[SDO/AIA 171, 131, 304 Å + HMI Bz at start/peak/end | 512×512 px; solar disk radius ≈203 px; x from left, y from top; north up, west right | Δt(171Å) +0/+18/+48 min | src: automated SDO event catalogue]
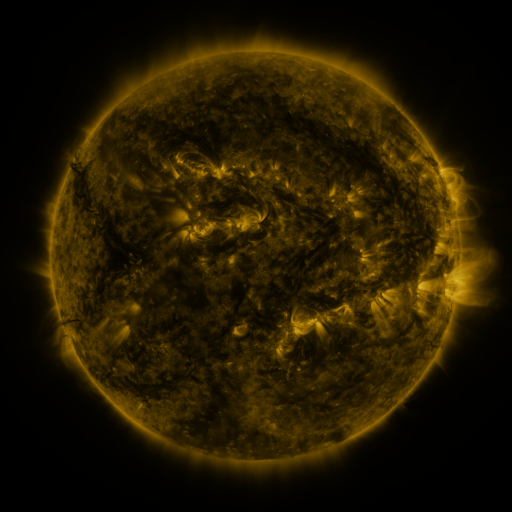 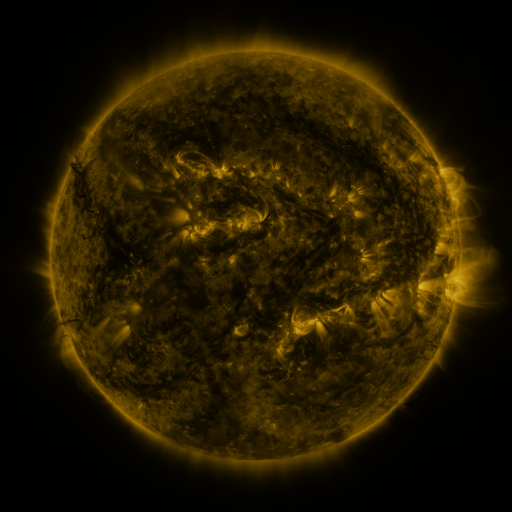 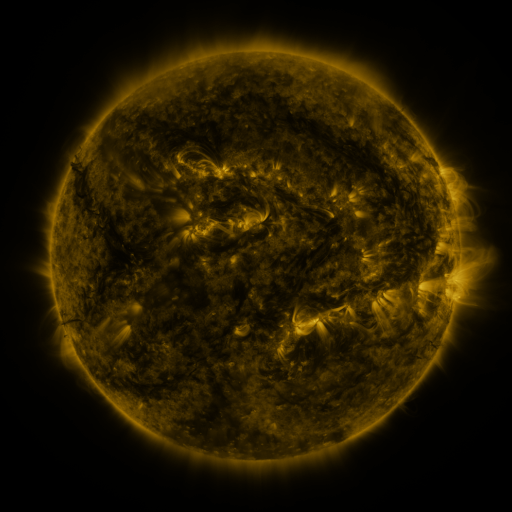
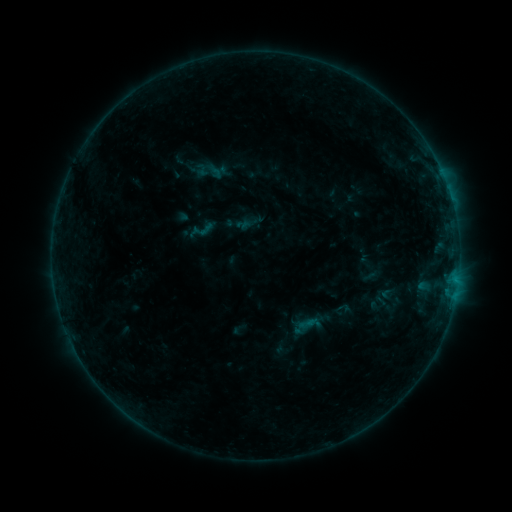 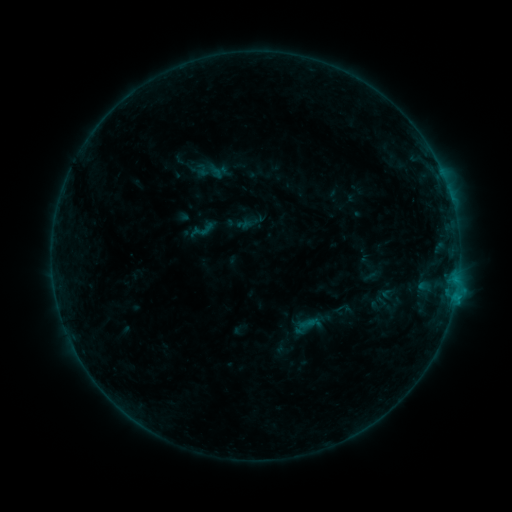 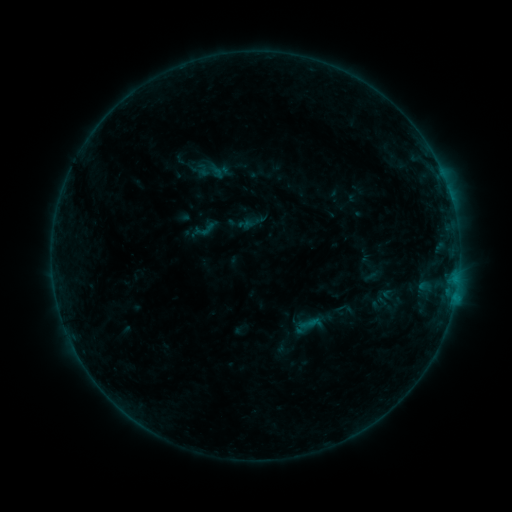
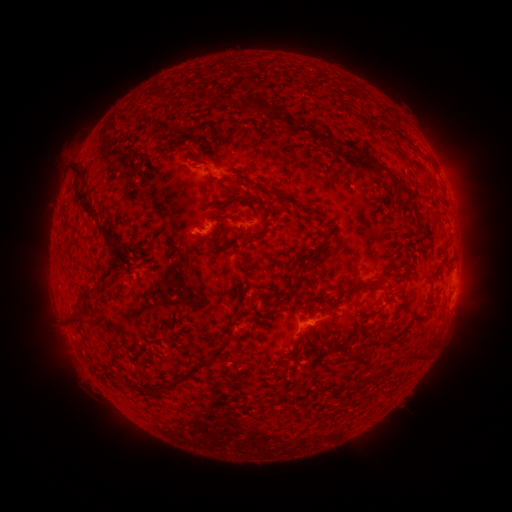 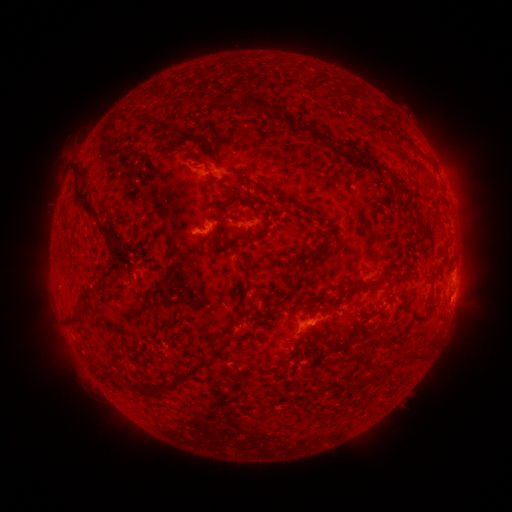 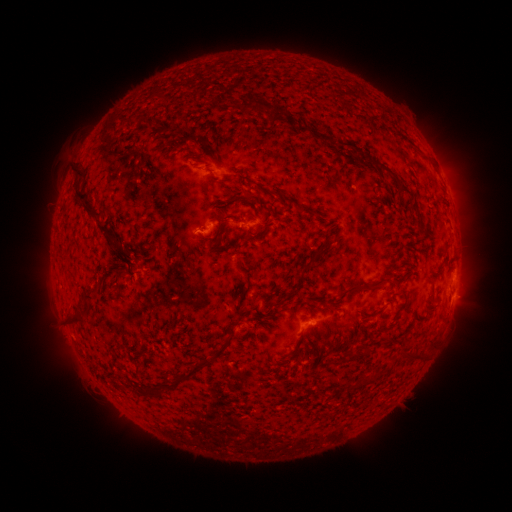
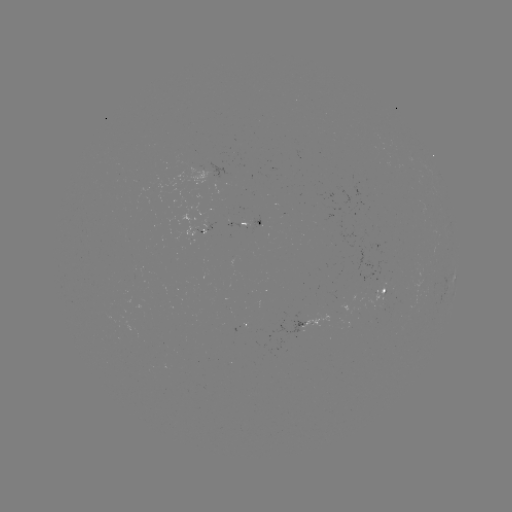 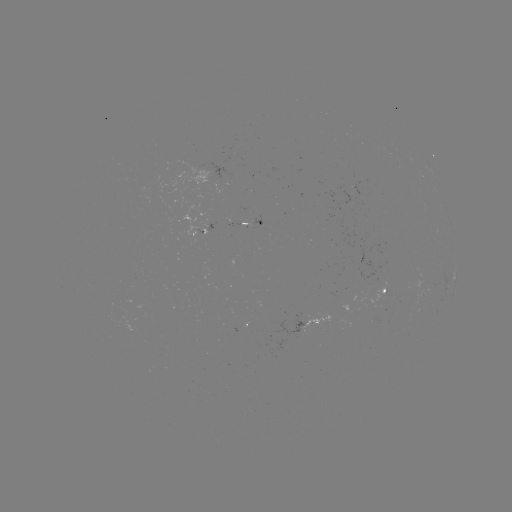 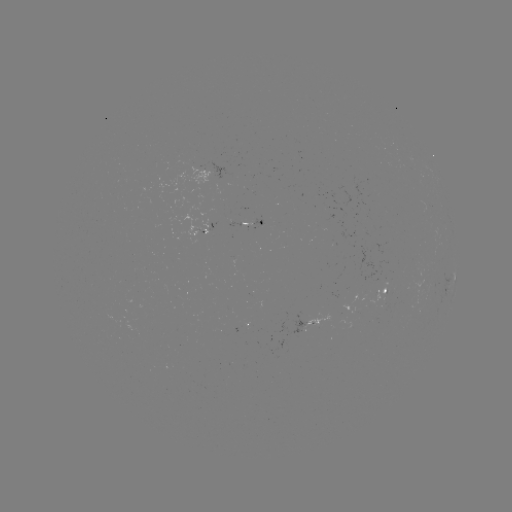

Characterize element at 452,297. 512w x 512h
B5.7 flare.